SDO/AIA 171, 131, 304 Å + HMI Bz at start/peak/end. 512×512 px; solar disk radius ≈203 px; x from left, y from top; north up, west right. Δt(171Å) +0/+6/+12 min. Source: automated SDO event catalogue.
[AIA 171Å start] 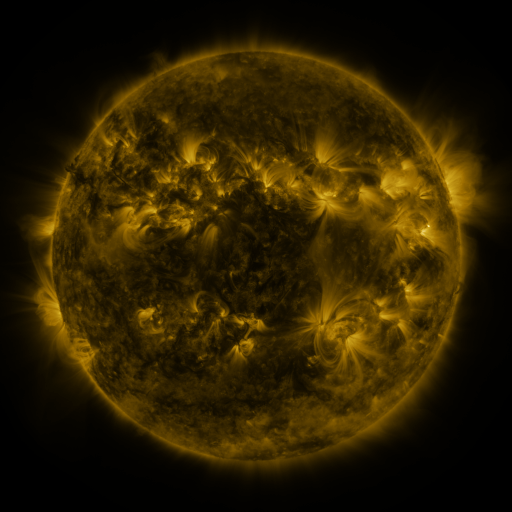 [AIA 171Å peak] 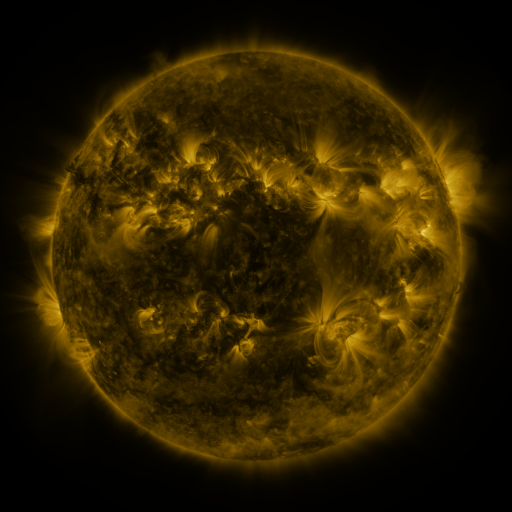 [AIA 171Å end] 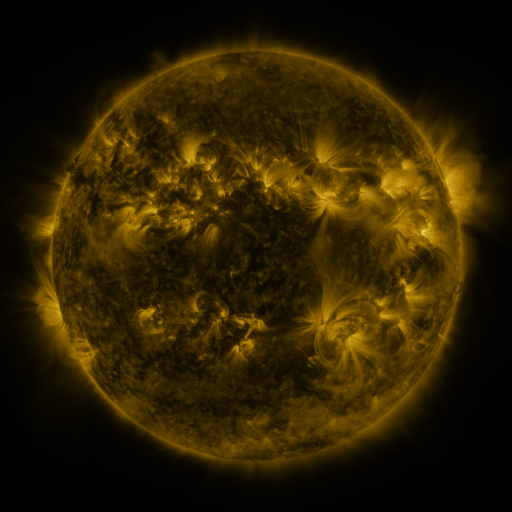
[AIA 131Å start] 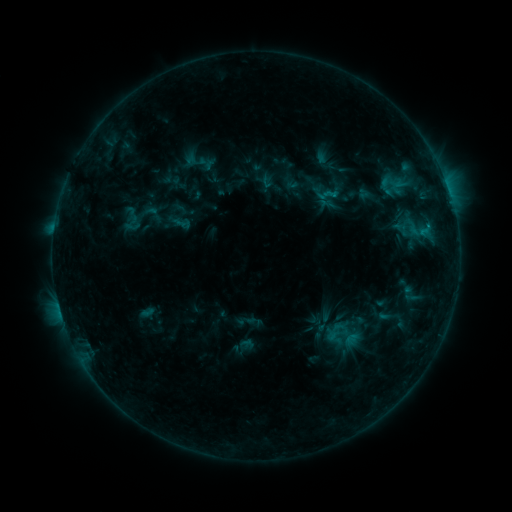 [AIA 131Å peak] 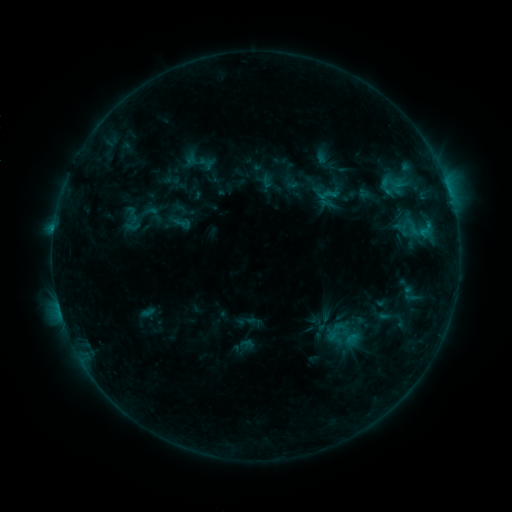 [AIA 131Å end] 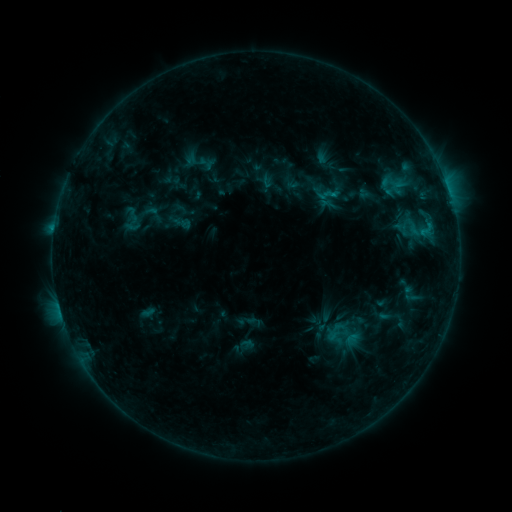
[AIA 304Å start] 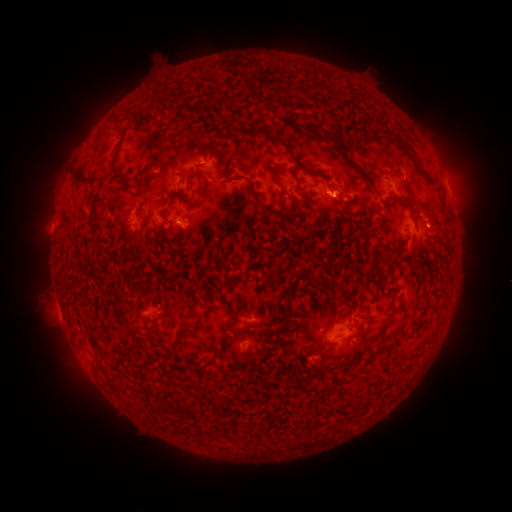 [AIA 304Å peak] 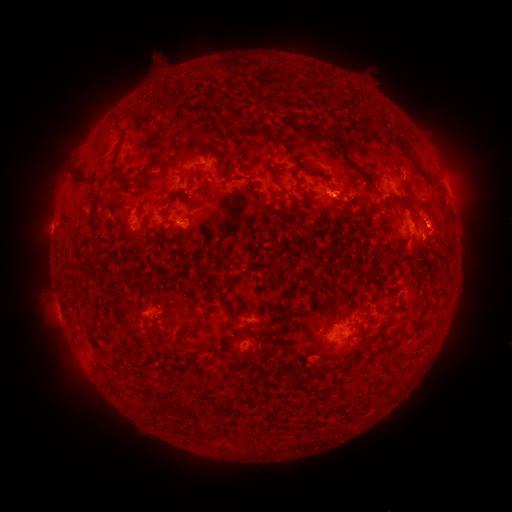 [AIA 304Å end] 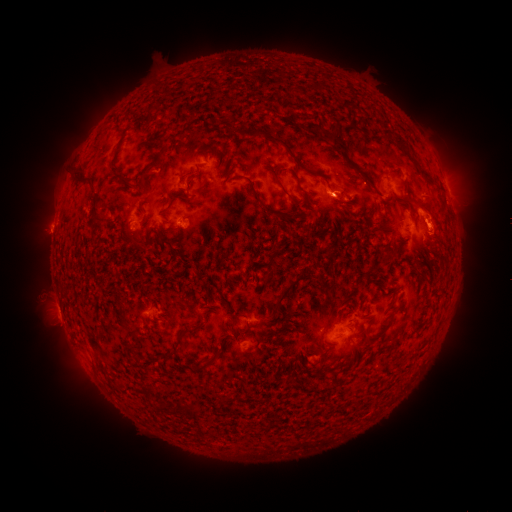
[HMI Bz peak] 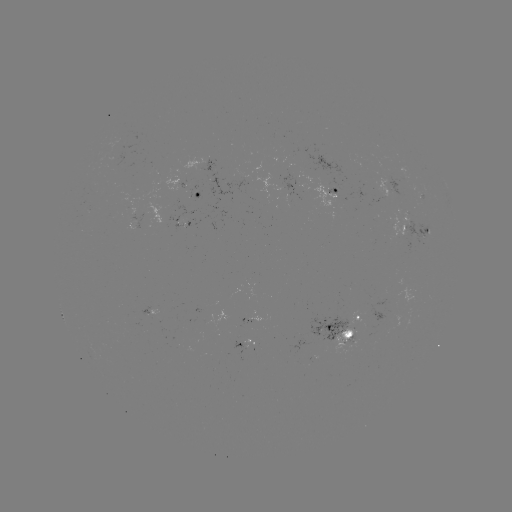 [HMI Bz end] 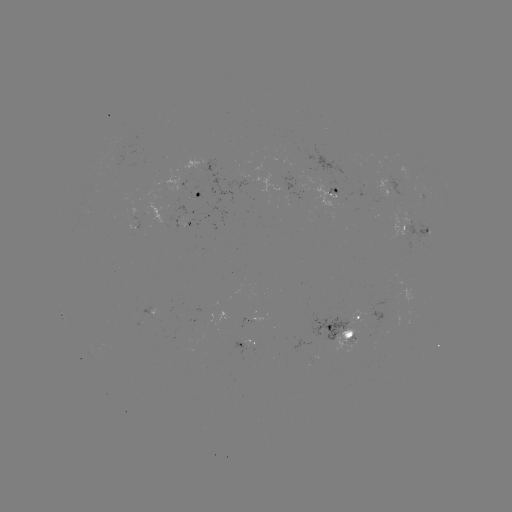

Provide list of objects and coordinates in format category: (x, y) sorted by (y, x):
eruption: (438, 231)
